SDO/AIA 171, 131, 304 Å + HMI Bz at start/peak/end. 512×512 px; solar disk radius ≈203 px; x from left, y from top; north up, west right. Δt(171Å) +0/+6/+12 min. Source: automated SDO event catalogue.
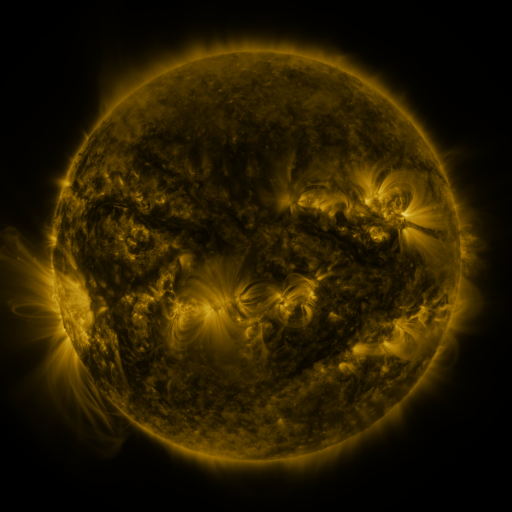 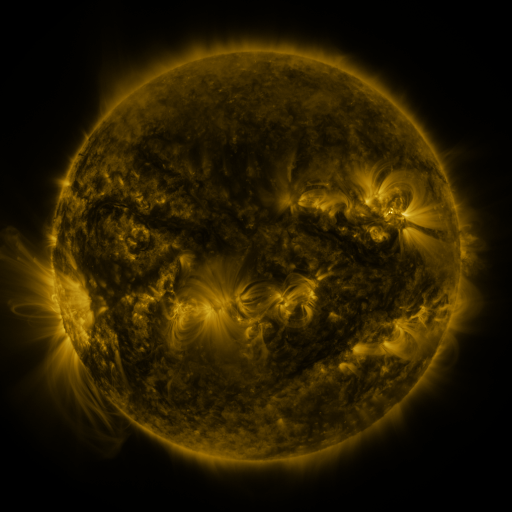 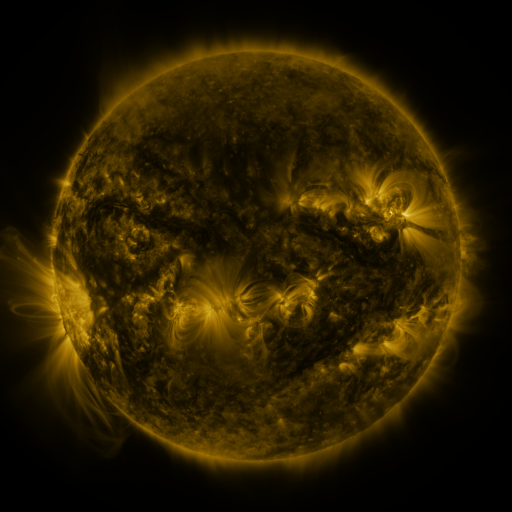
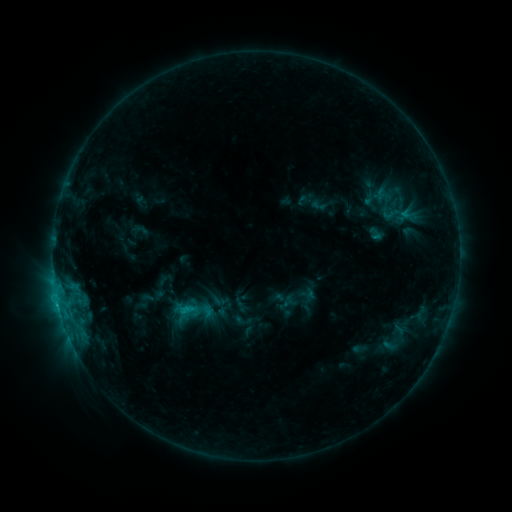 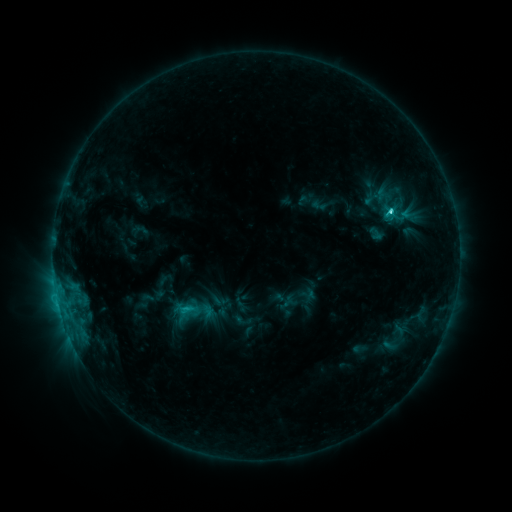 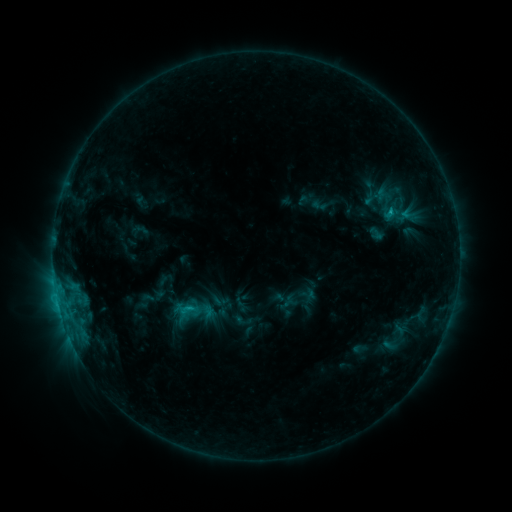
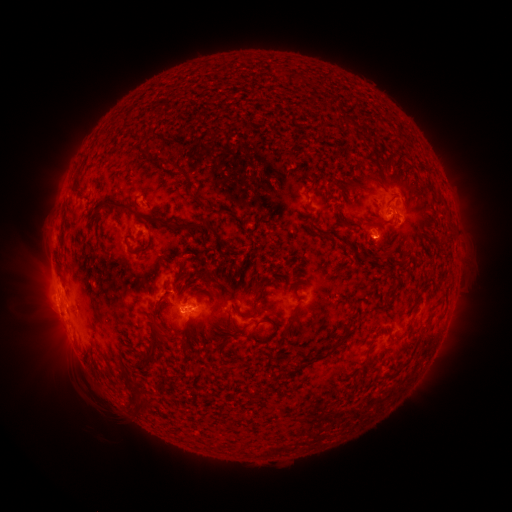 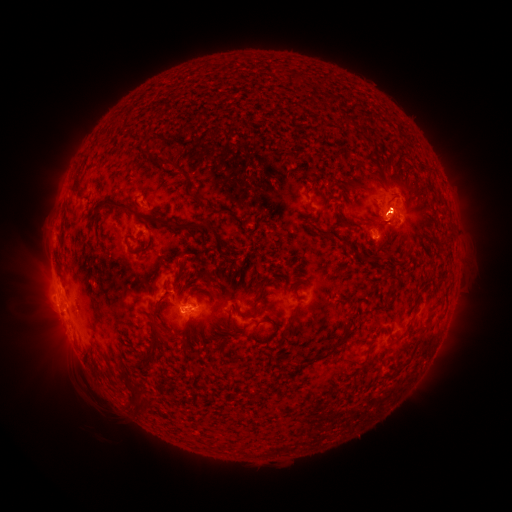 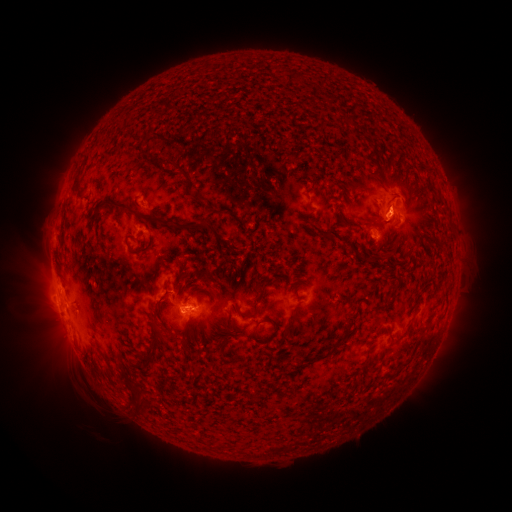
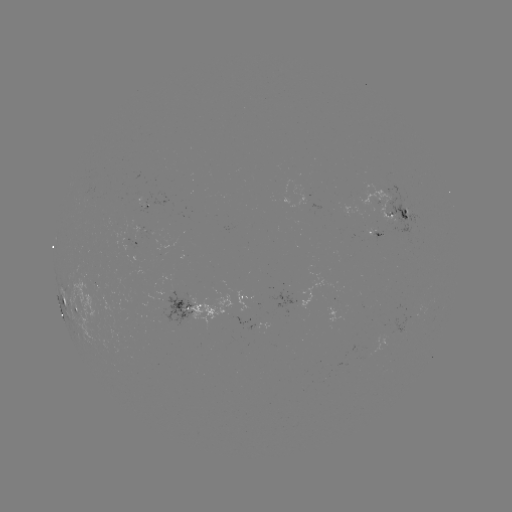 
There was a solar flare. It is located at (390, 214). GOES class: C2.7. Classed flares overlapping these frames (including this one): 1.